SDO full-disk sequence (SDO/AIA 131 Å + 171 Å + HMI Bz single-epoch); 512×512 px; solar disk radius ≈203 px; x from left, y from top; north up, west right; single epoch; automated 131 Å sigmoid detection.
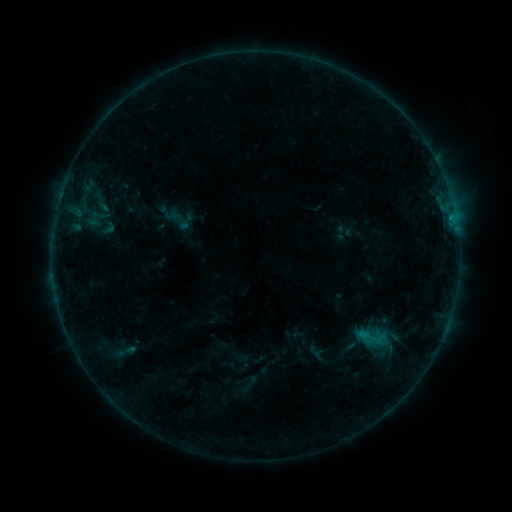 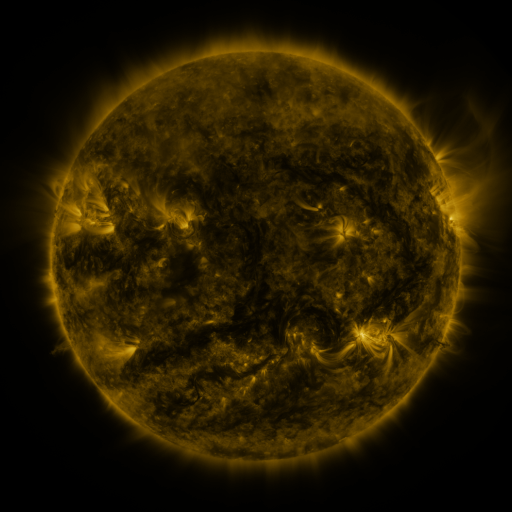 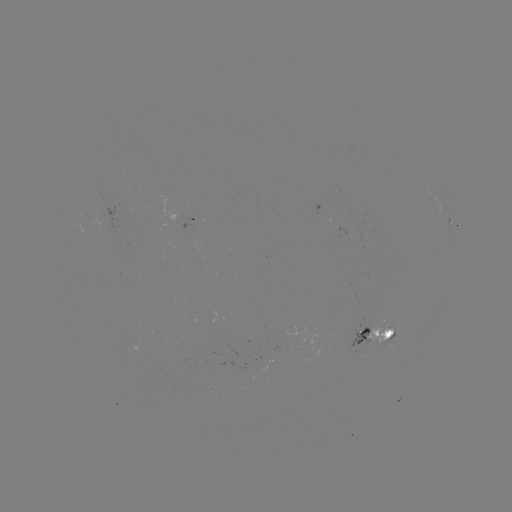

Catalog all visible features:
sigmoid: (371, 338)
sigmoid: (123, 352)
